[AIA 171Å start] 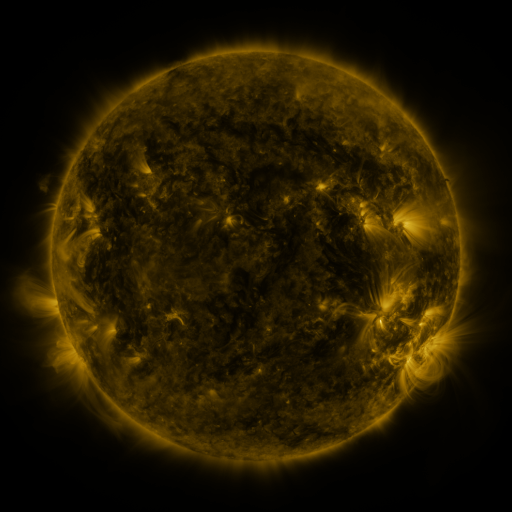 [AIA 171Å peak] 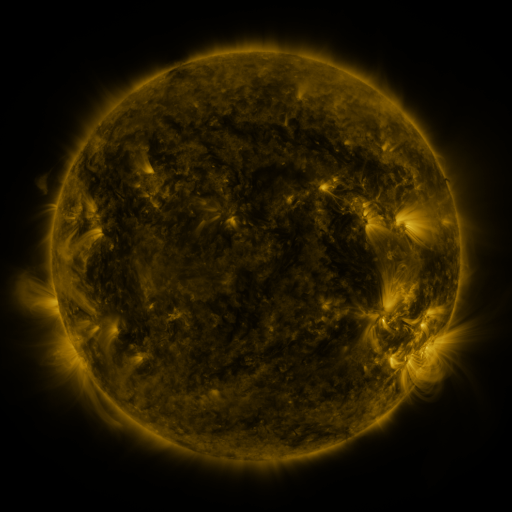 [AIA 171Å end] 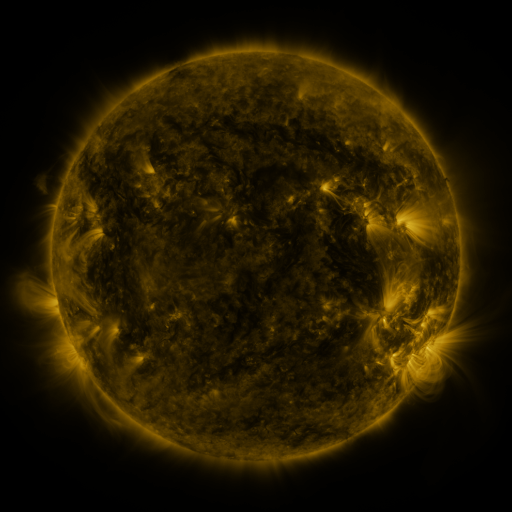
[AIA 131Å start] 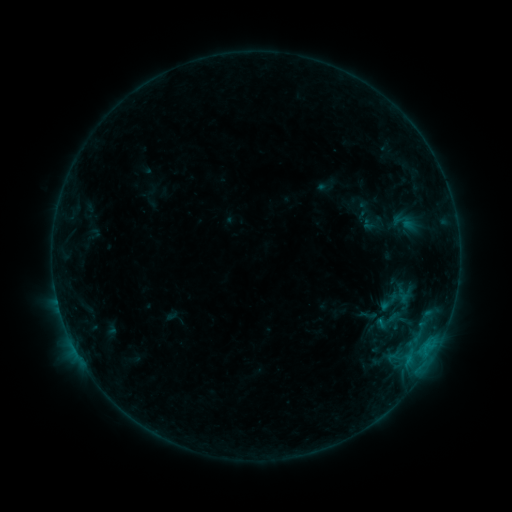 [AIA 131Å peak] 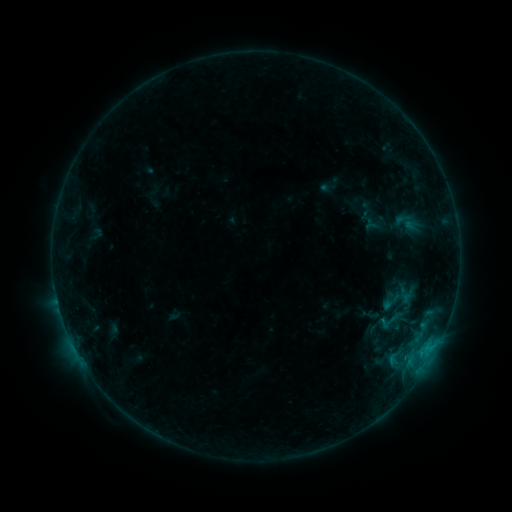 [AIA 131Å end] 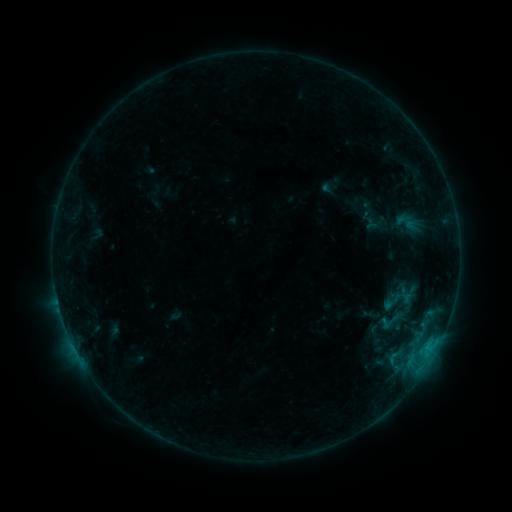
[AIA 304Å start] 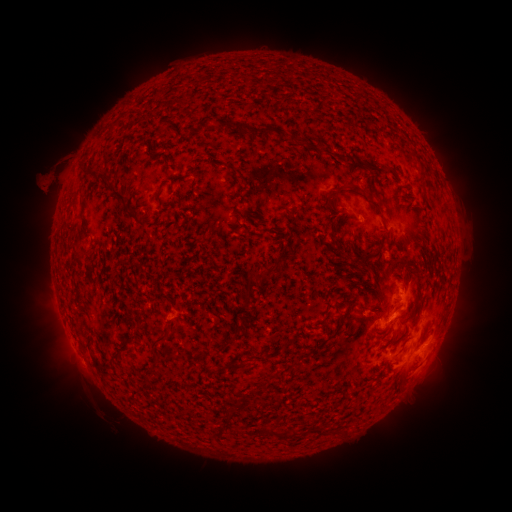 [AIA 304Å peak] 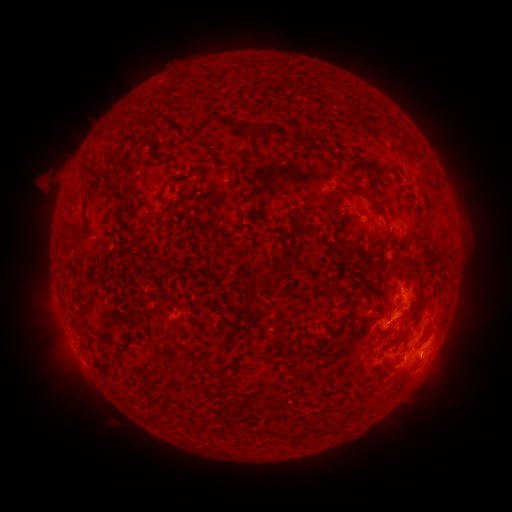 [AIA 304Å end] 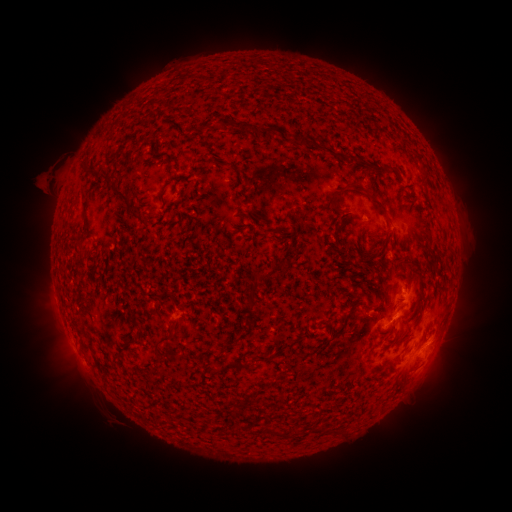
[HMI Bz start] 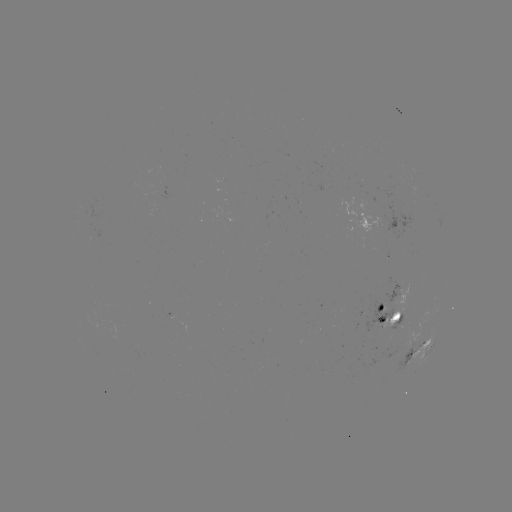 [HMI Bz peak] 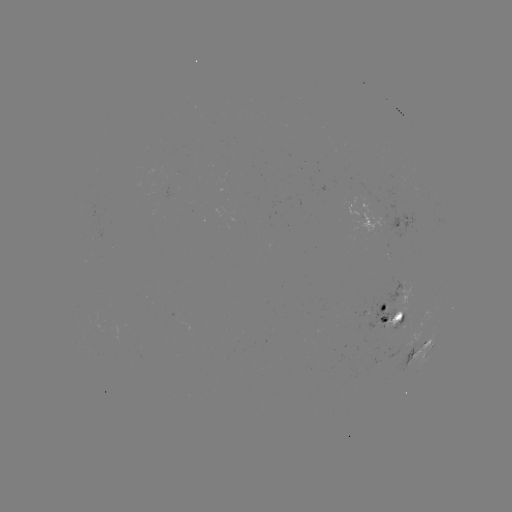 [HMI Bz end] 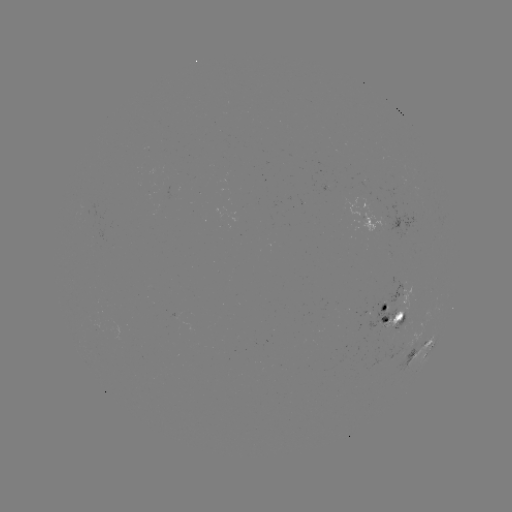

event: emerging-flux region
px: (376, 214)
